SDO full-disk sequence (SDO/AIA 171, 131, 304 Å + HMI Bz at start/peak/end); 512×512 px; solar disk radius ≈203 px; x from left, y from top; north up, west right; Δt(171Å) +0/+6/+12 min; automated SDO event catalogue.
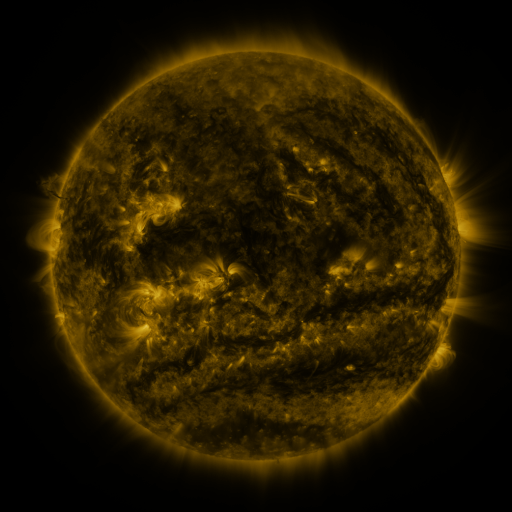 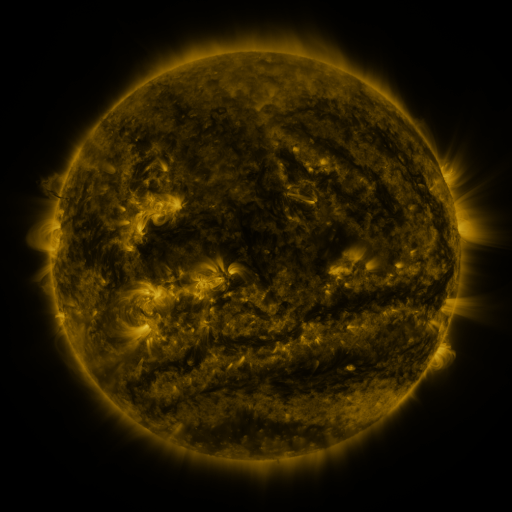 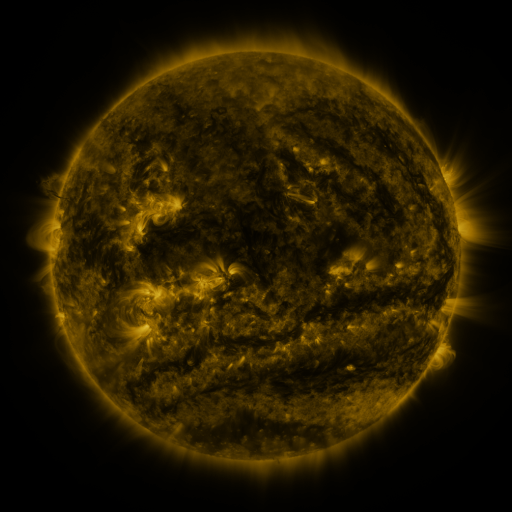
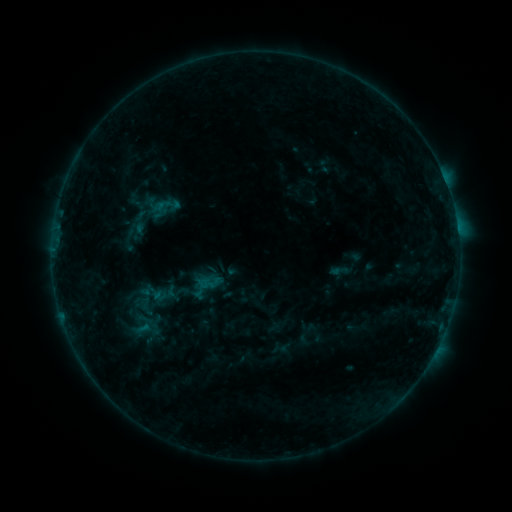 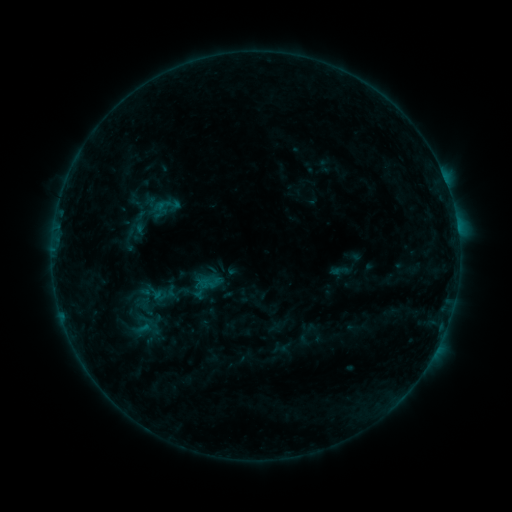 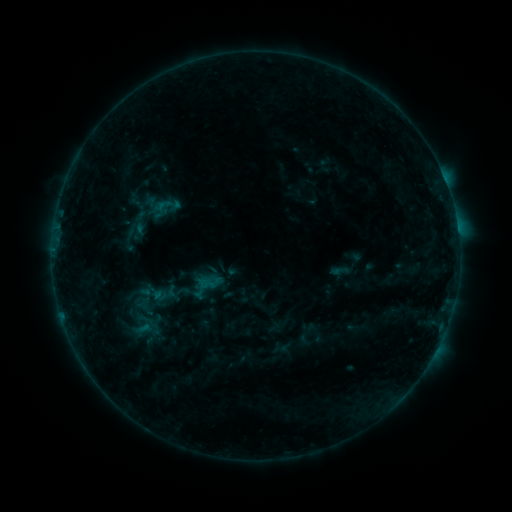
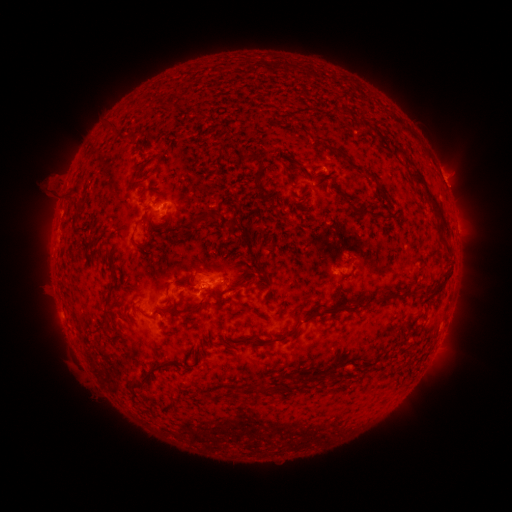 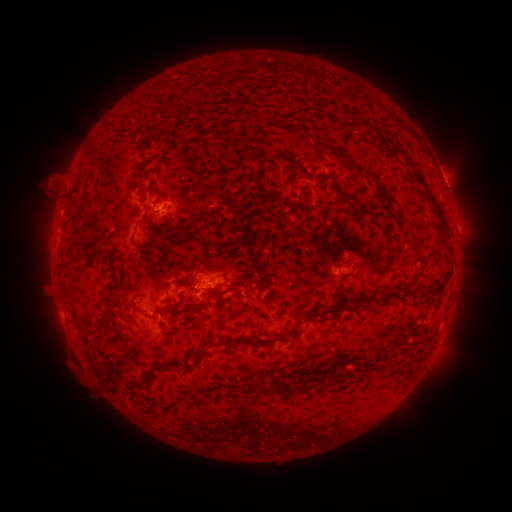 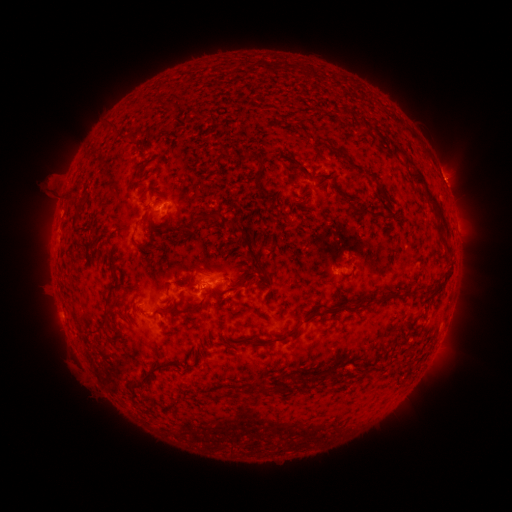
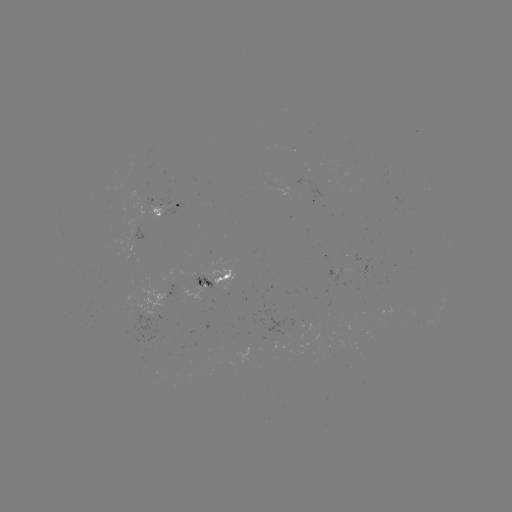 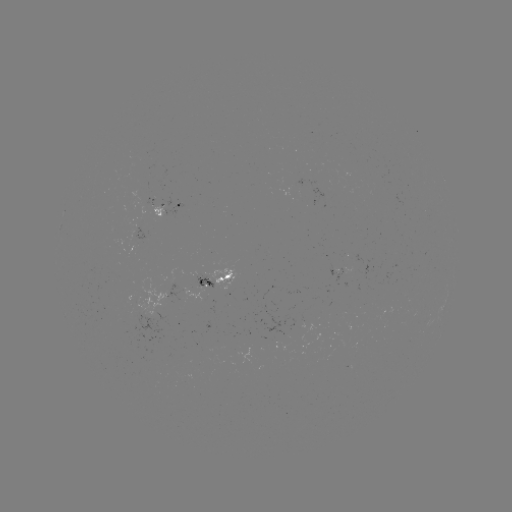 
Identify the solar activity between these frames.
nothing was catalogued: no classed flare, no EUV trigger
